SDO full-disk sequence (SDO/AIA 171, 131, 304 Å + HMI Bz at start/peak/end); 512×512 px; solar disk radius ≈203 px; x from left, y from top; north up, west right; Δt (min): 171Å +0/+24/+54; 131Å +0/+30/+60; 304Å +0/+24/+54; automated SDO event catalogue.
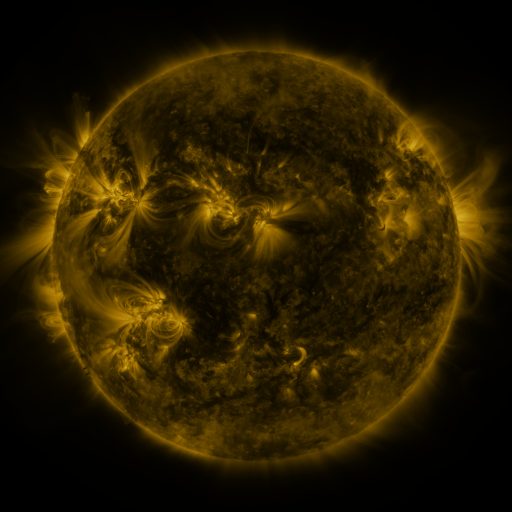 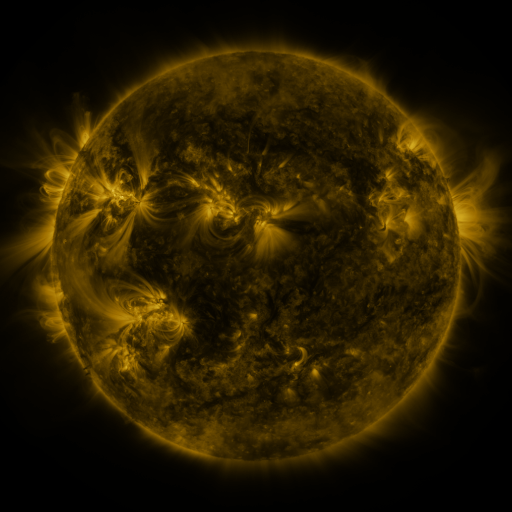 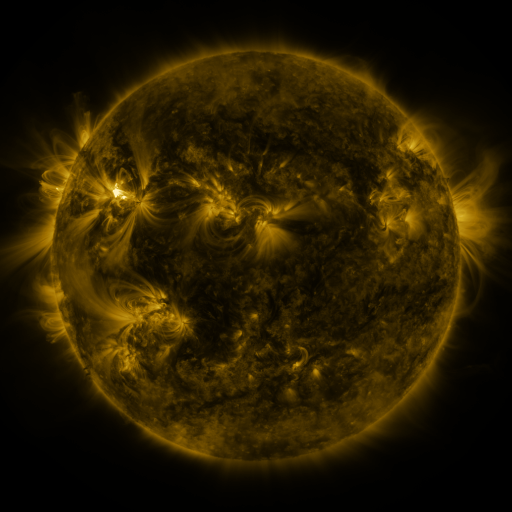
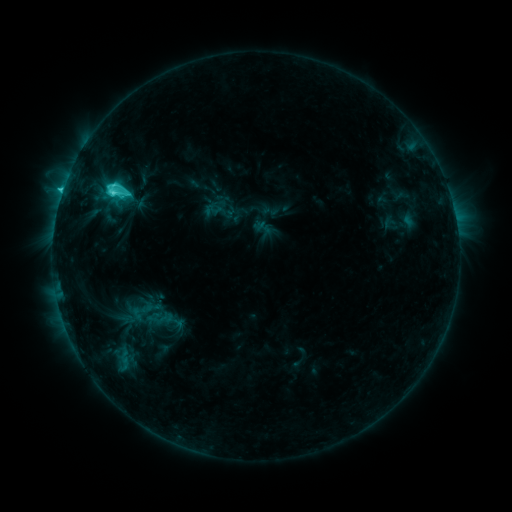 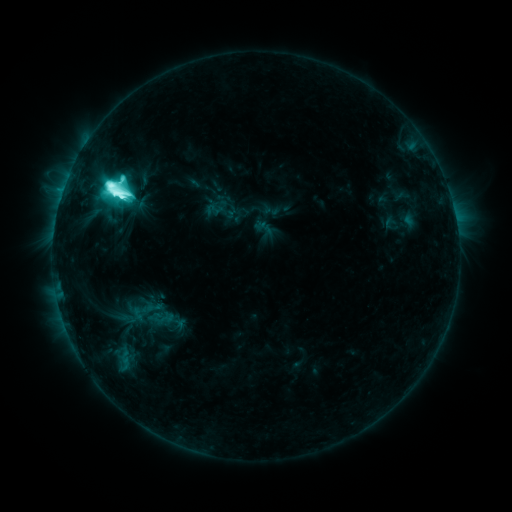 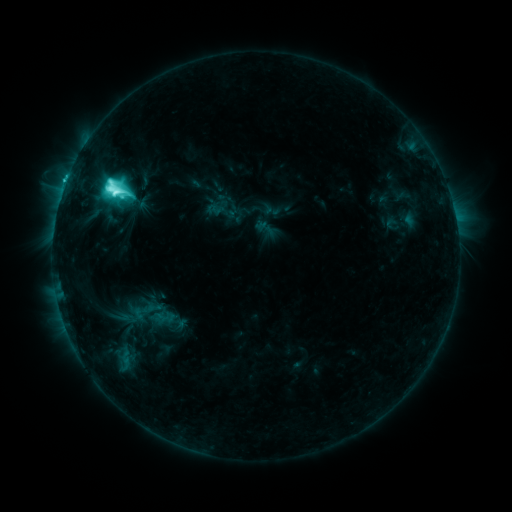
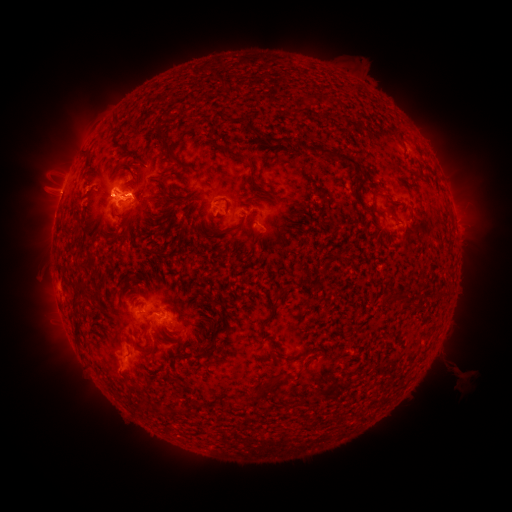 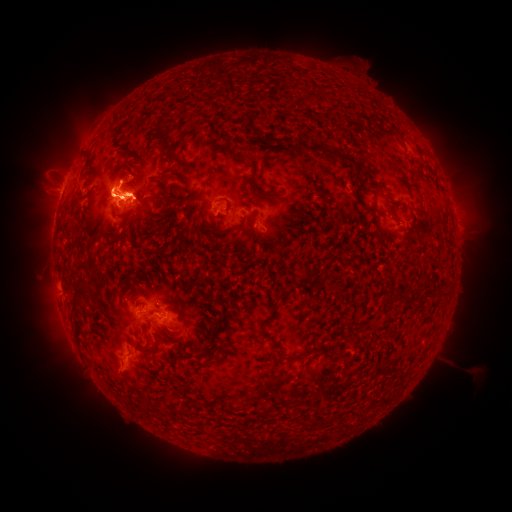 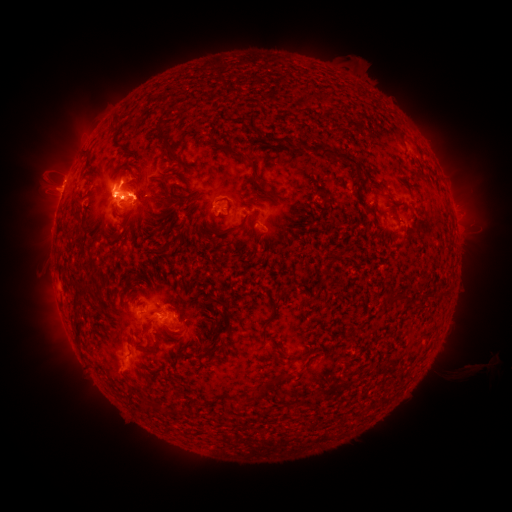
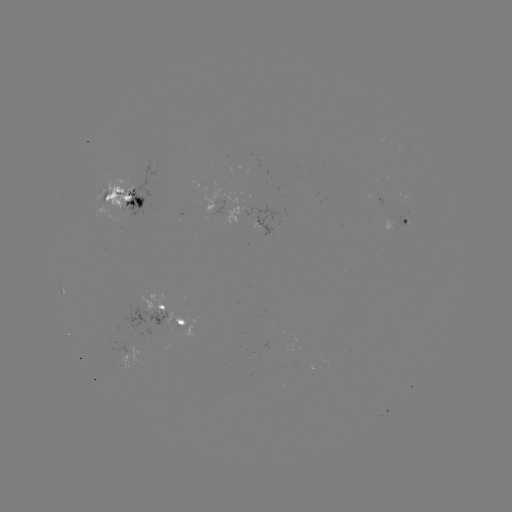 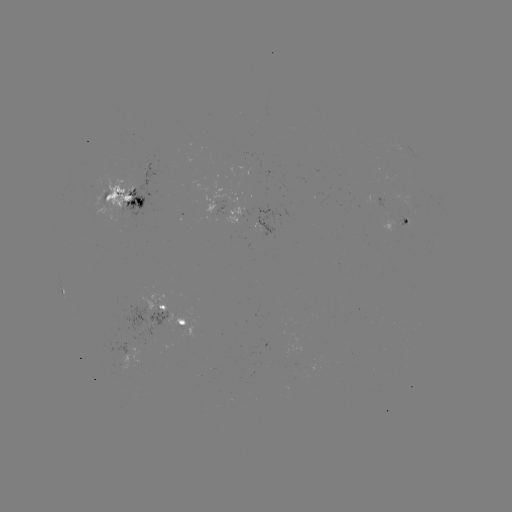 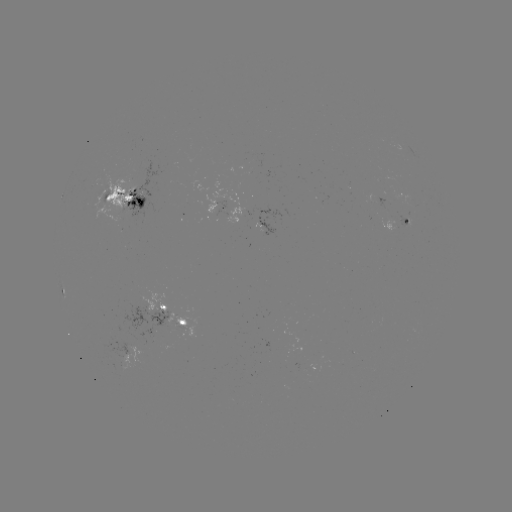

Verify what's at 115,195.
M3.7 flare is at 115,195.